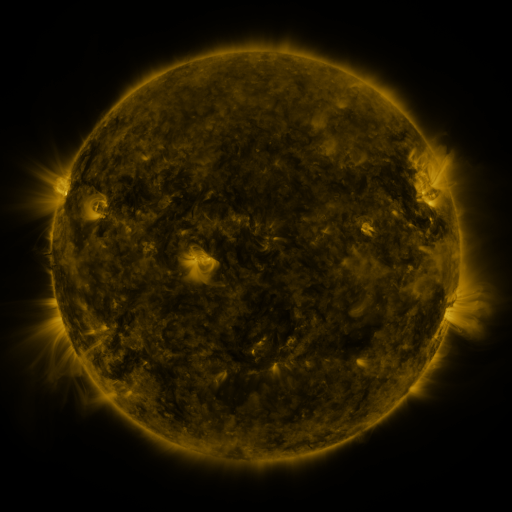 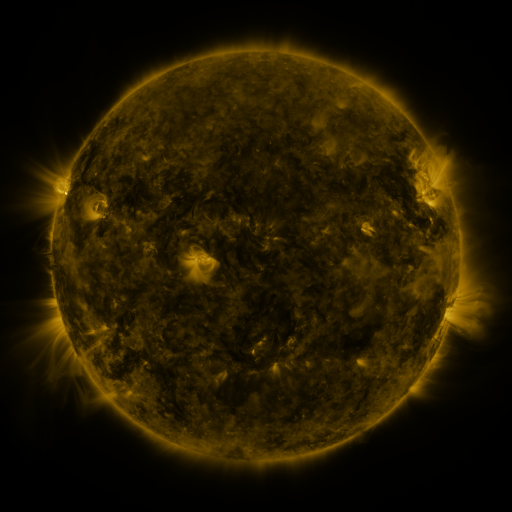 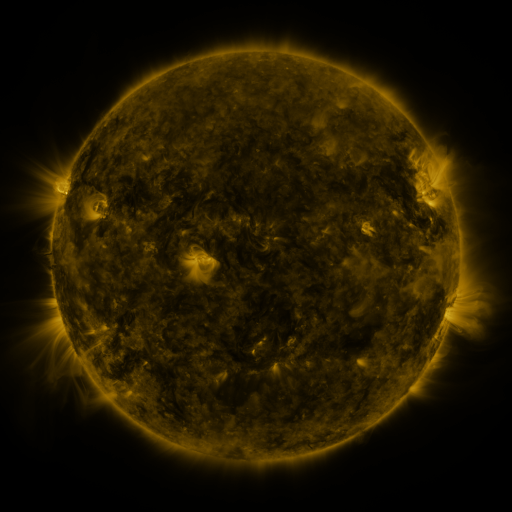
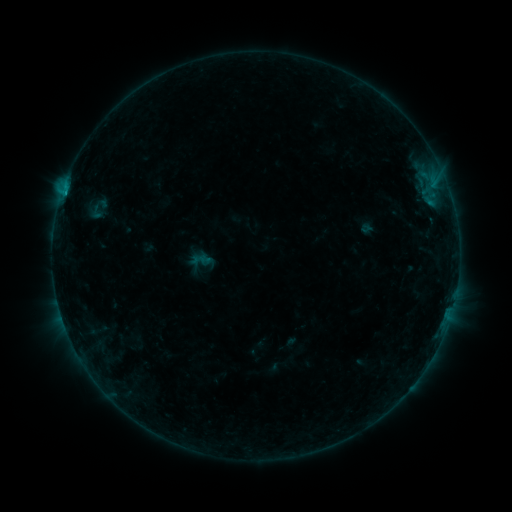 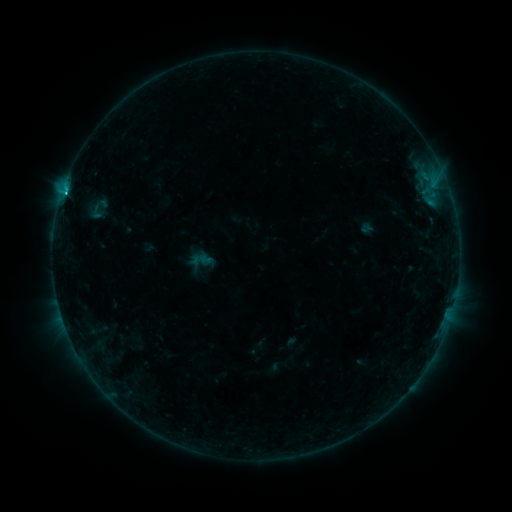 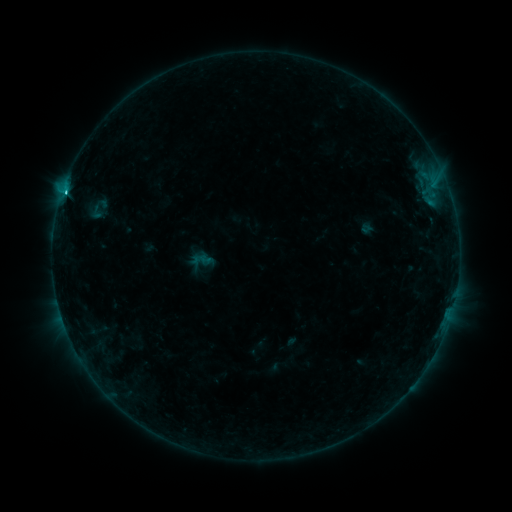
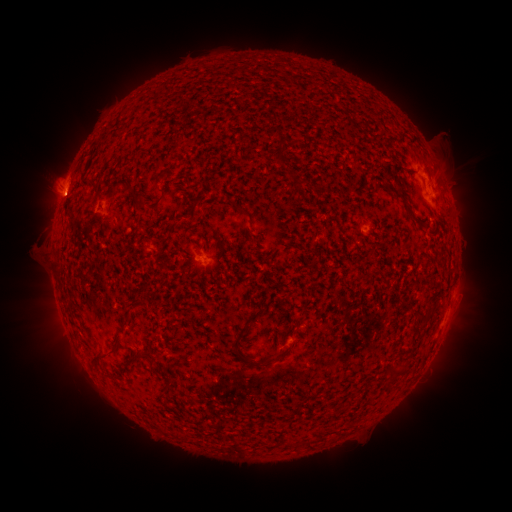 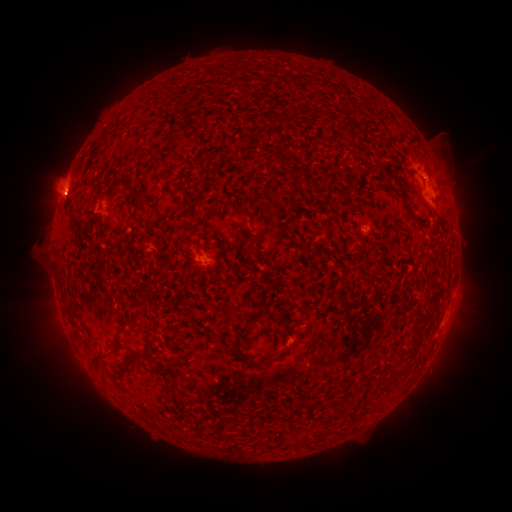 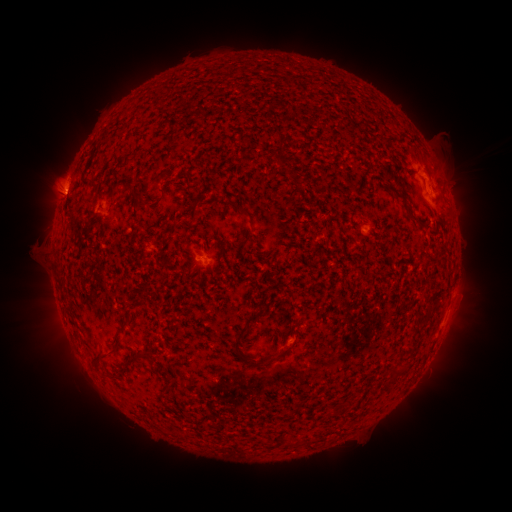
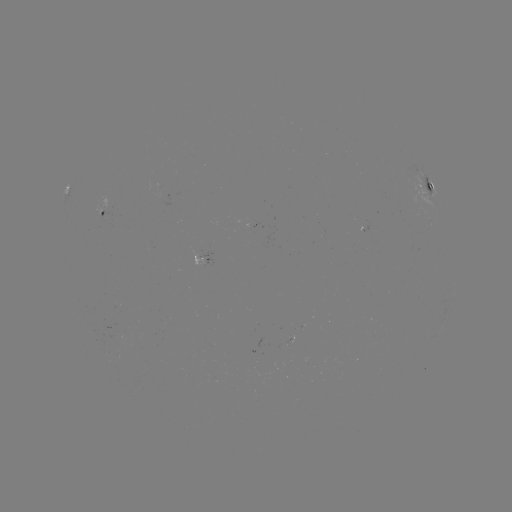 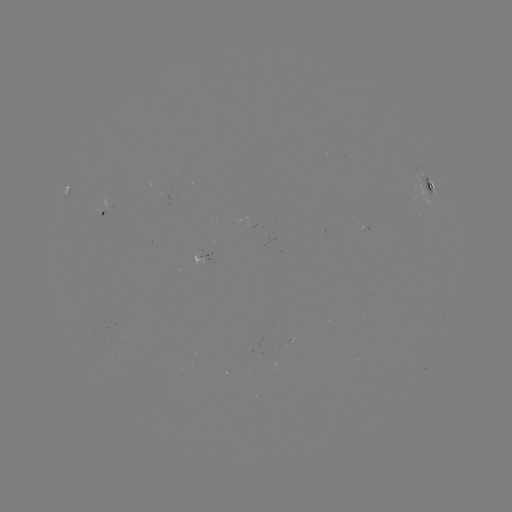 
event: flare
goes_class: C2.1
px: (68, 187)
